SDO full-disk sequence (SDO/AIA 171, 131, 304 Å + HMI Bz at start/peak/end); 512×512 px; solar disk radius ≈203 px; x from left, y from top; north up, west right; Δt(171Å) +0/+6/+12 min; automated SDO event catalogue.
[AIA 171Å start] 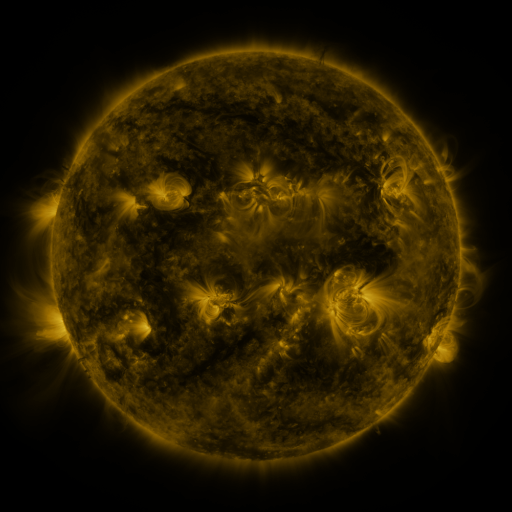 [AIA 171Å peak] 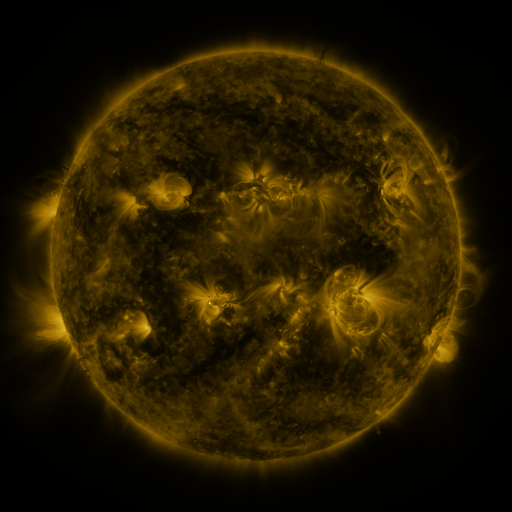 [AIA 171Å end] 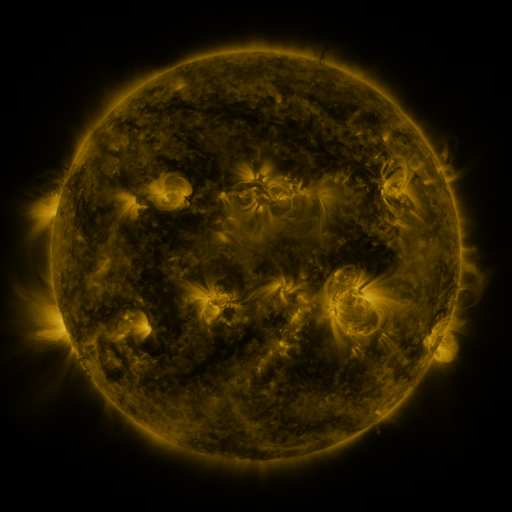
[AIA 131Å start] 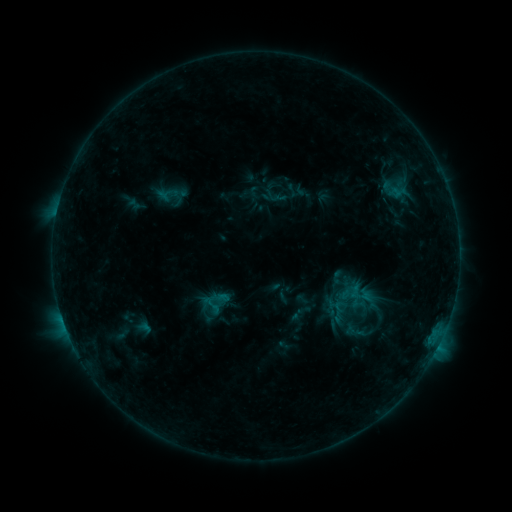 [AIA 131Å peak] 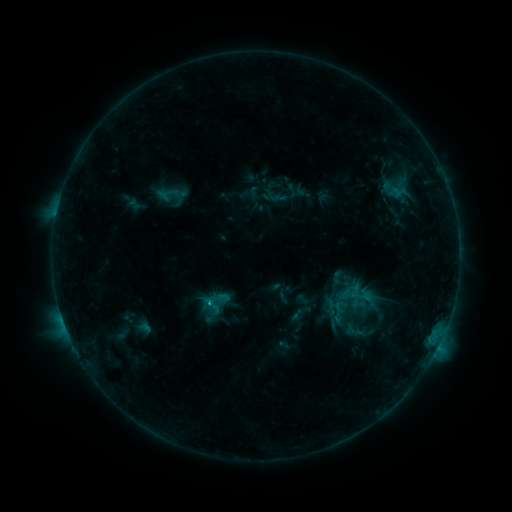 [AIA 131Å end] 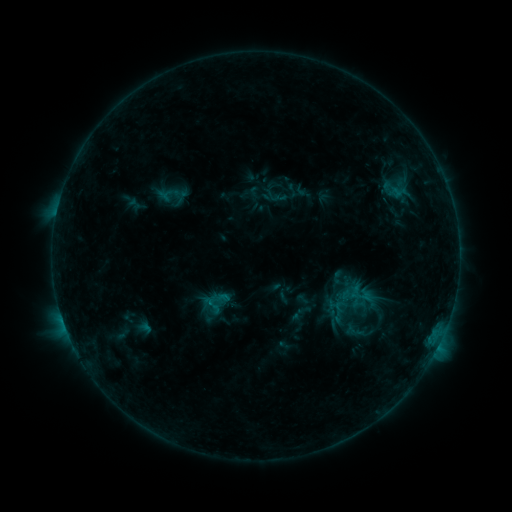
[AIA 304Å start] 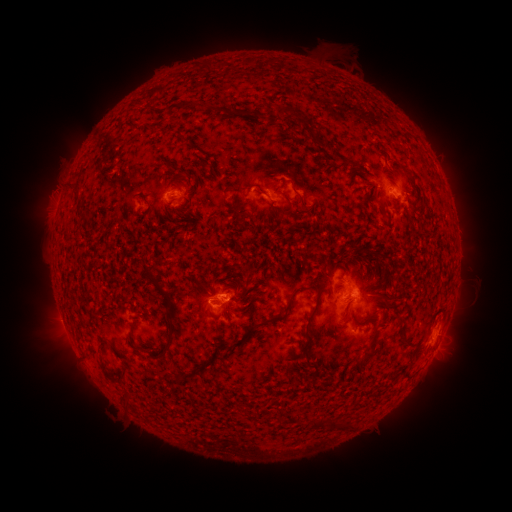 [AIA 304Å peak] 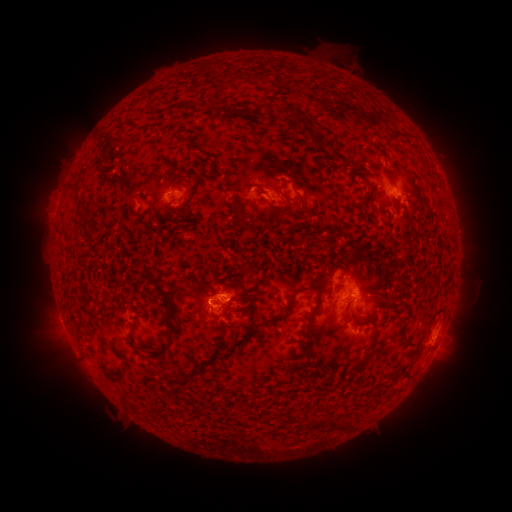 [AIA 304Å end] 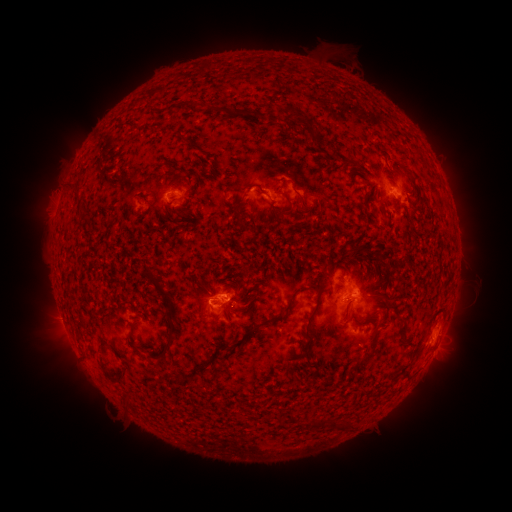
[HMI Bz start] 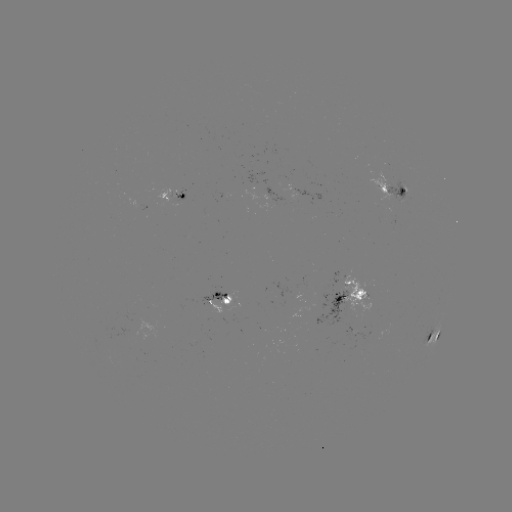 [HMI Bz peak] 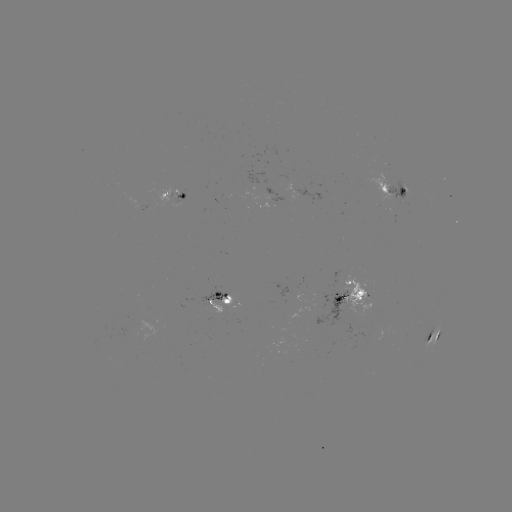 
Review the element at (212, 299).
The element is B7.9 flare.